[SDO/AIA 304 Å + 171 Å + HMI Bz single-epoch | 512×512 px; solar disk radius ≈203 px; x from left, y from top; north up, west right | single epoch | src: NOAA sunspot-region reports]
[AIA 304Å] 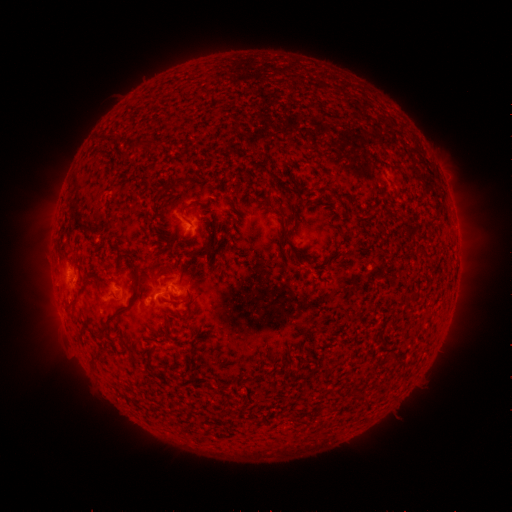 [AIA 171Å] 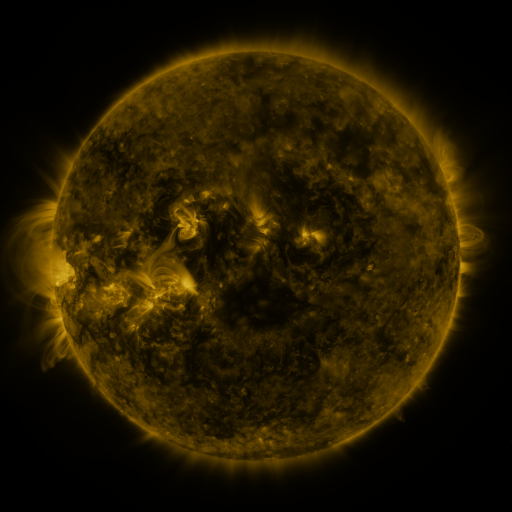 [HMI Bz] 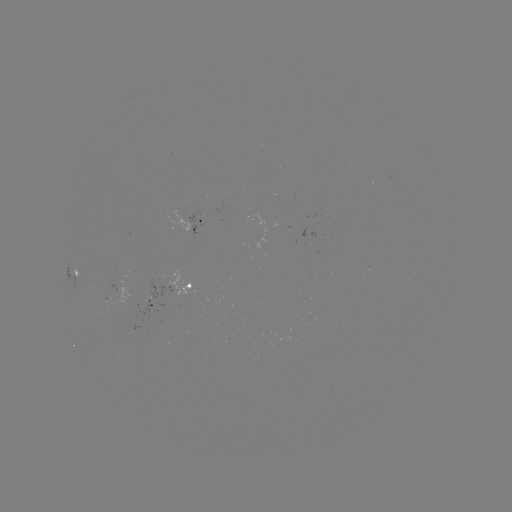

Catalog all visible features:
spotted active region: (200, 224)
spotted active region: (83, 273)
spotted active region: (174, 295)
spotted active region: (130, 298)
